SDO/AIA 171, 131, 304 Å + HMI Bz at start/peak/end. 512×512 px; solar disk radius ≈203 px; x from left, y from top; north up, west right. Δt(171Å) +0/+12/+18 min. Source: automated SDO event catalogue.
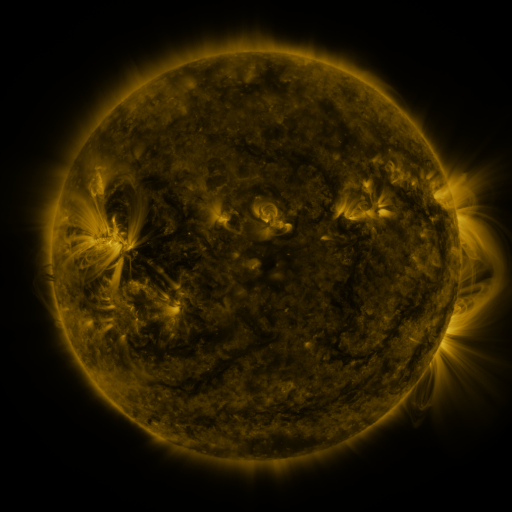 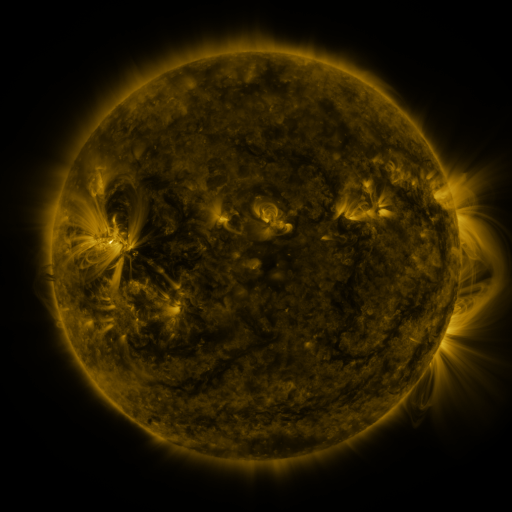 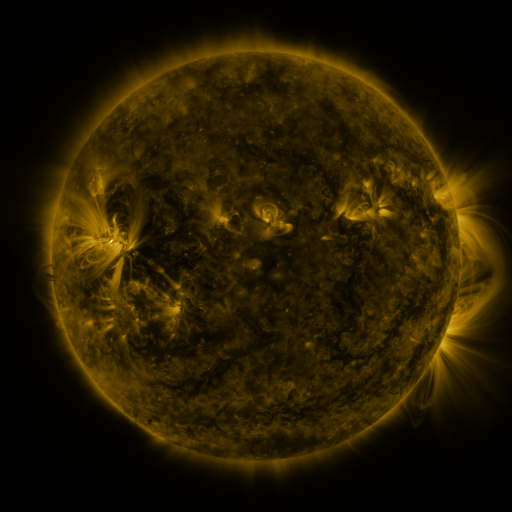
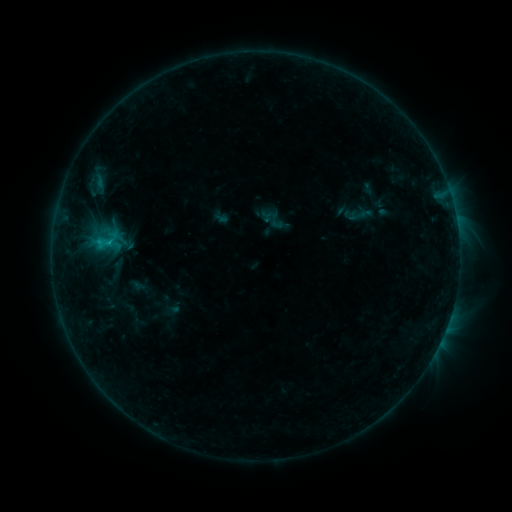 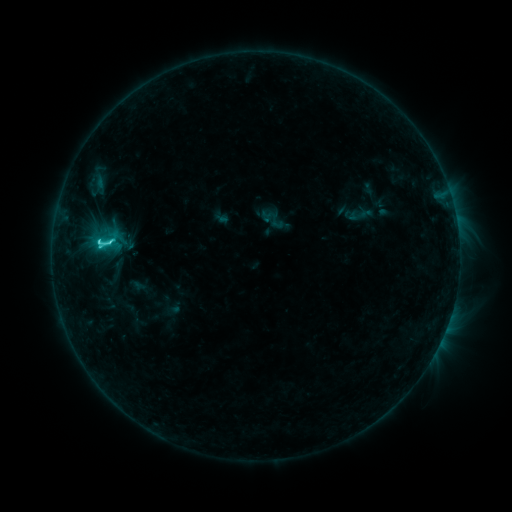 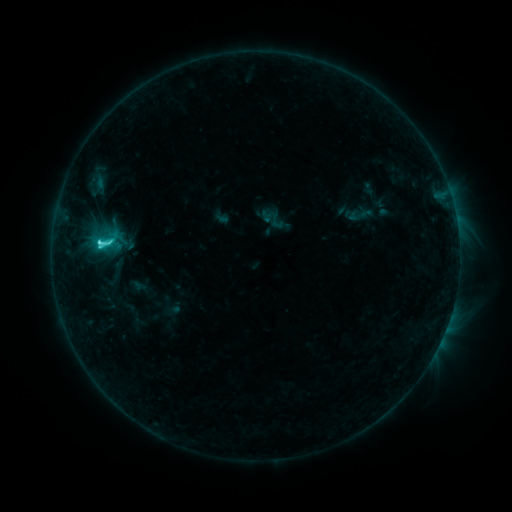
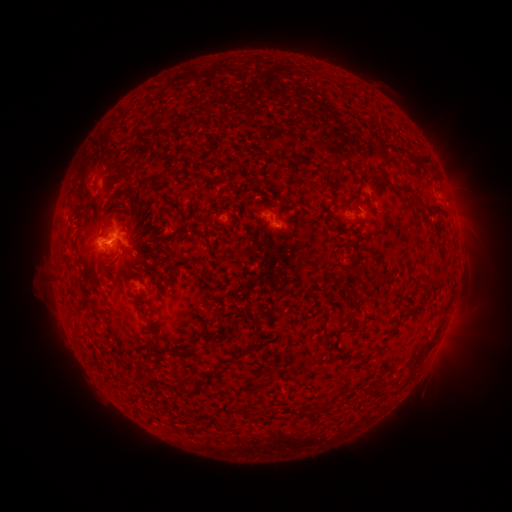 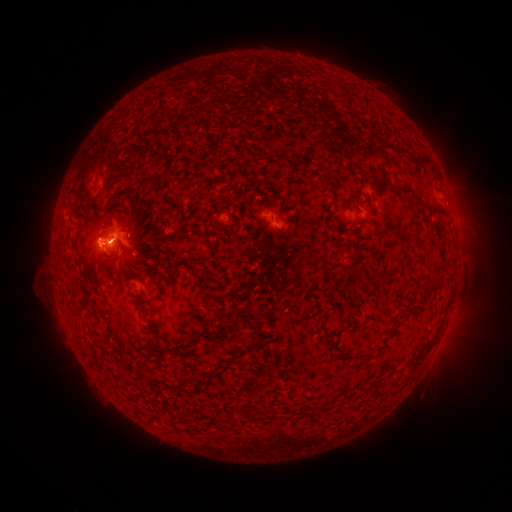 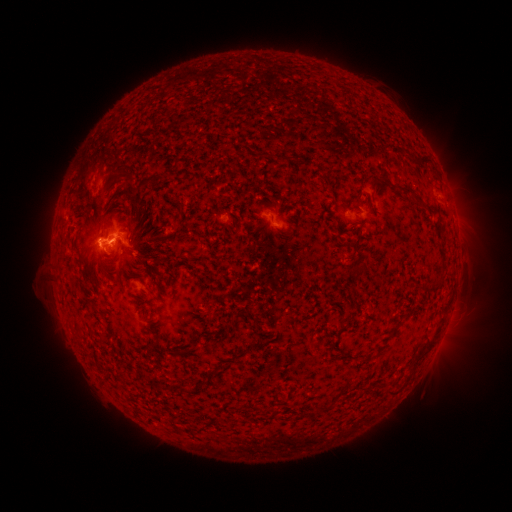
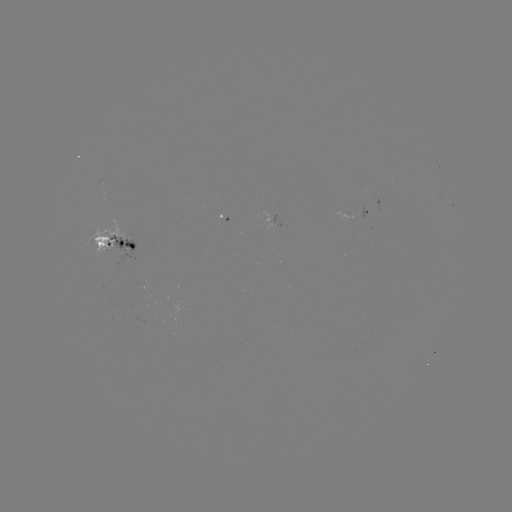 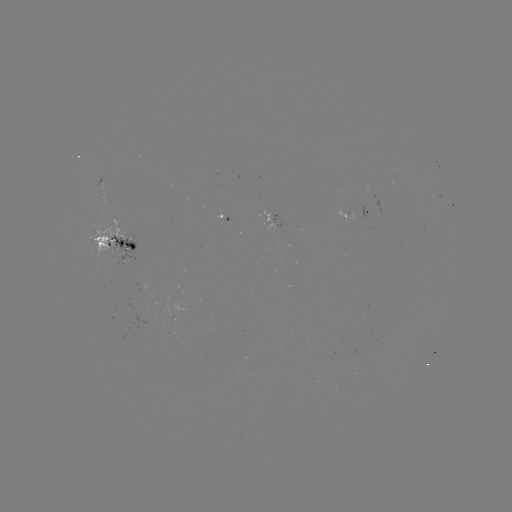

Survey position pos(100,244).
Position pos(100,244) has C6.1 flare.